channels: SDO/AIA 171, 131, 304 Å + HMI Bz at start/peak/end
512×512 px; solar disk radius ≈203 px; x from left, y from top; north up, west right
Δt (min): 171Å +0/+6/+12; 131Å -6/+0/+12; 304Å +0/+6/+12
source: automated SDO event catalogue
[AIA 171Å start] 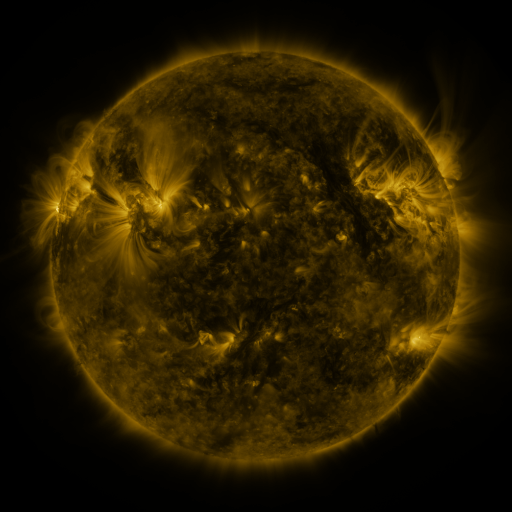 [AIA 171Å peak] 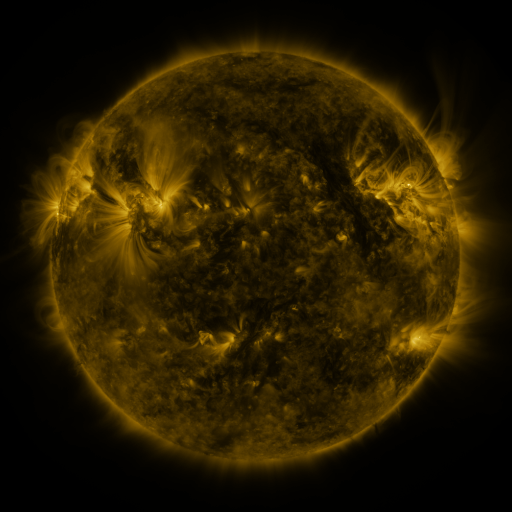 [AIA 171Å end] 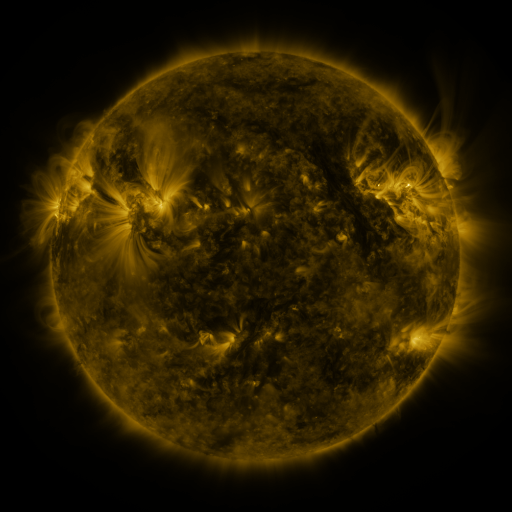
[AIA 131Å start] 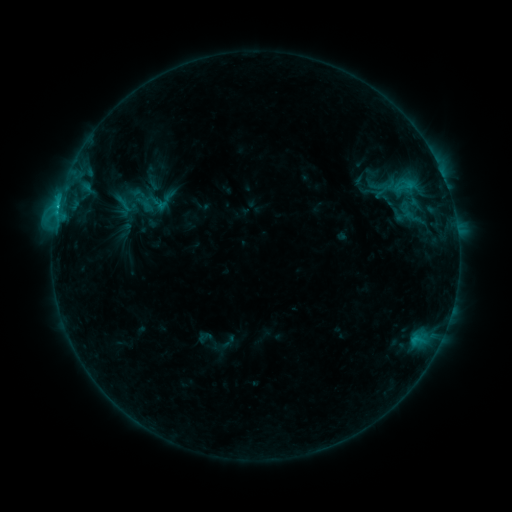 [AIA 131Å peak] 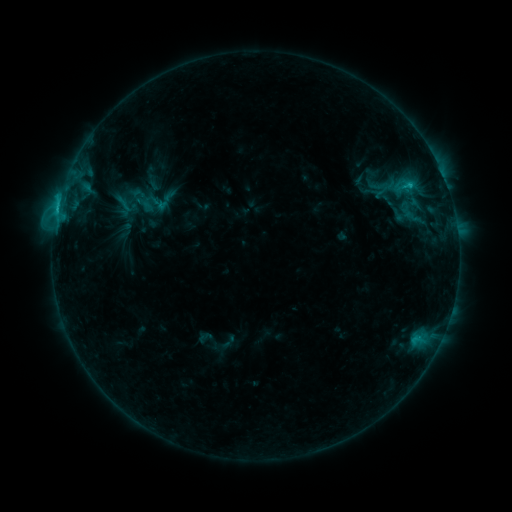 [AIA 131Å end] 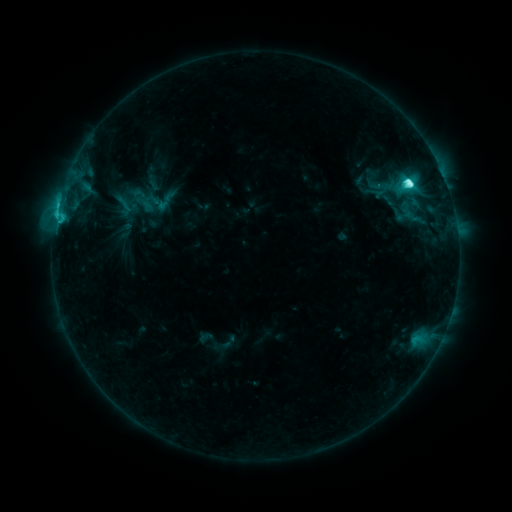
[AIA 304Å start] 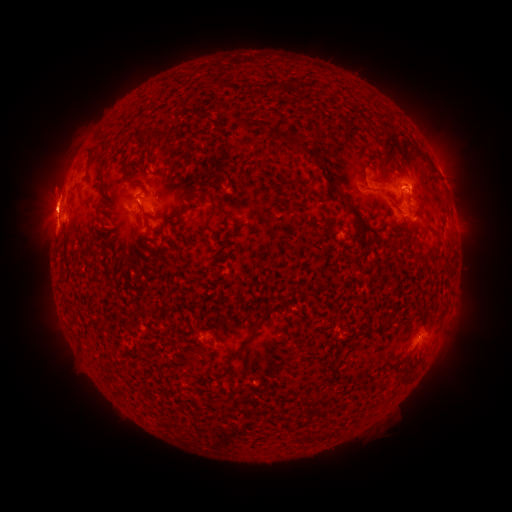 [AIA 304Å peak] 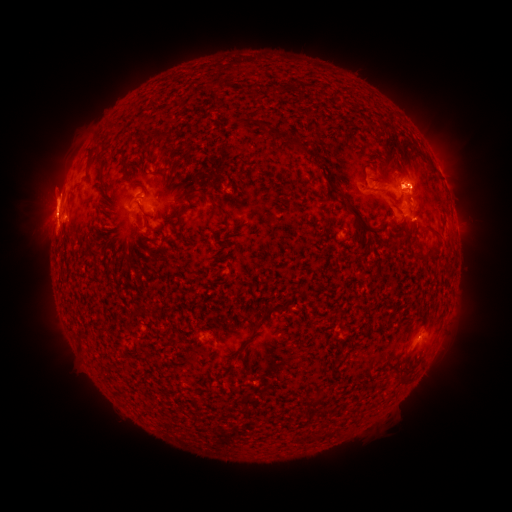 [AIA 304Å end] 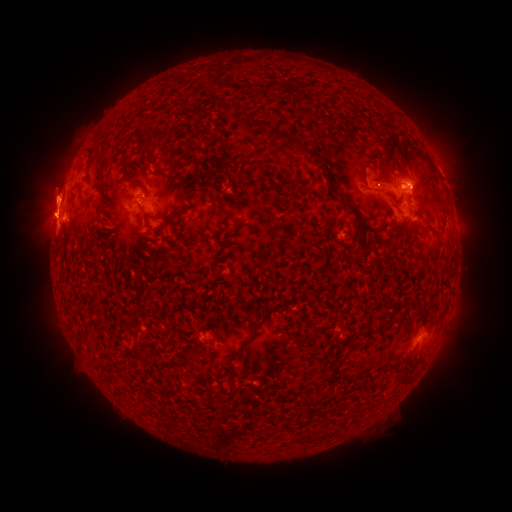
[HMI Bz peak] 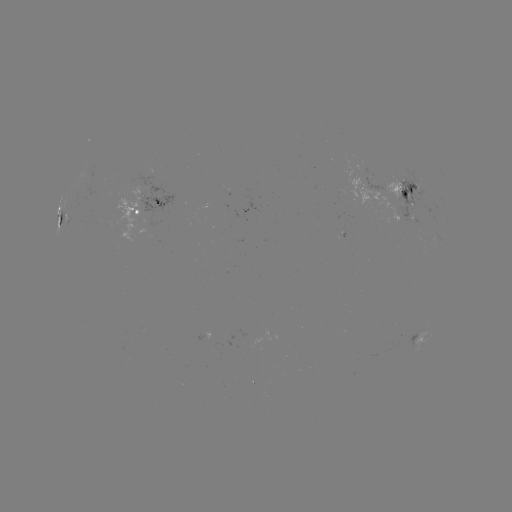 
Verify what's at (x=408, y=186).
M1.1 flare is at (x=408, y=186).